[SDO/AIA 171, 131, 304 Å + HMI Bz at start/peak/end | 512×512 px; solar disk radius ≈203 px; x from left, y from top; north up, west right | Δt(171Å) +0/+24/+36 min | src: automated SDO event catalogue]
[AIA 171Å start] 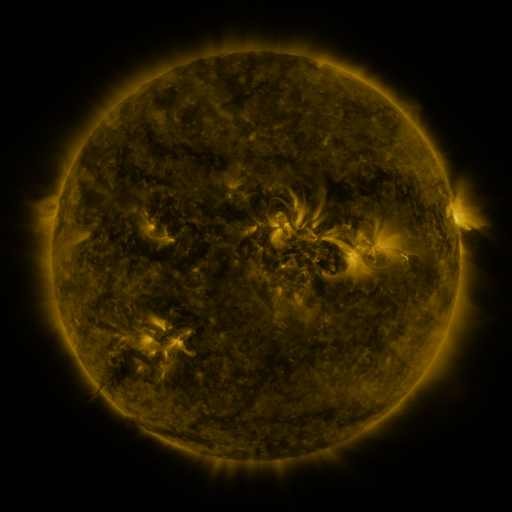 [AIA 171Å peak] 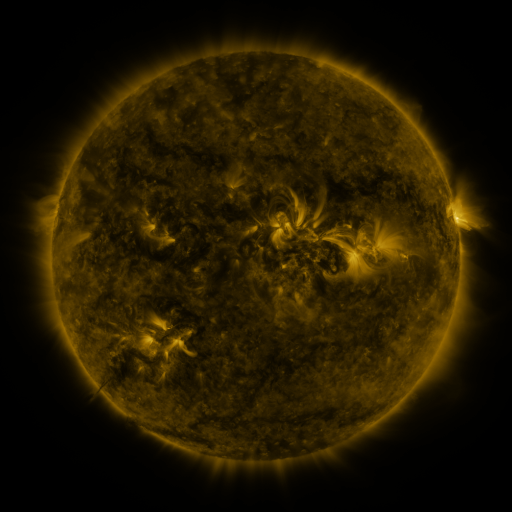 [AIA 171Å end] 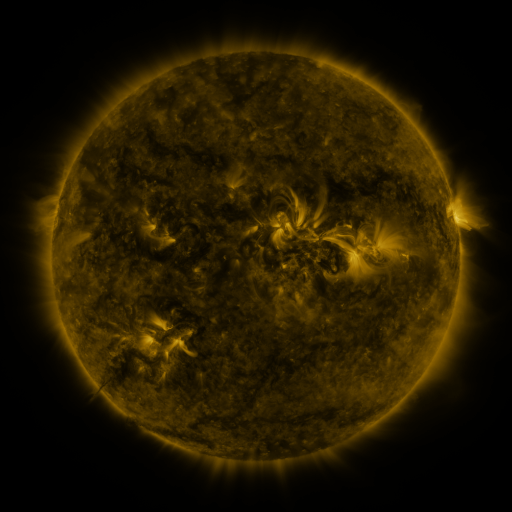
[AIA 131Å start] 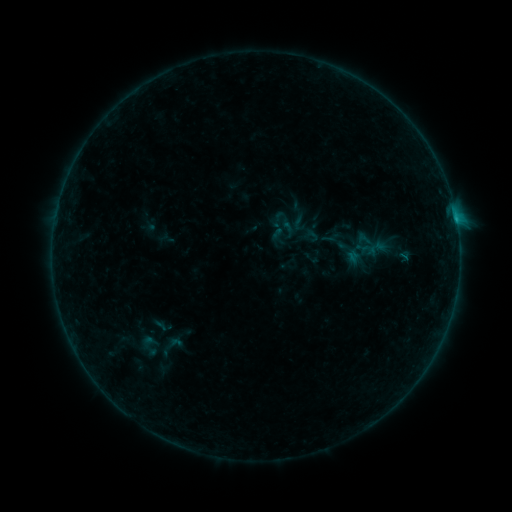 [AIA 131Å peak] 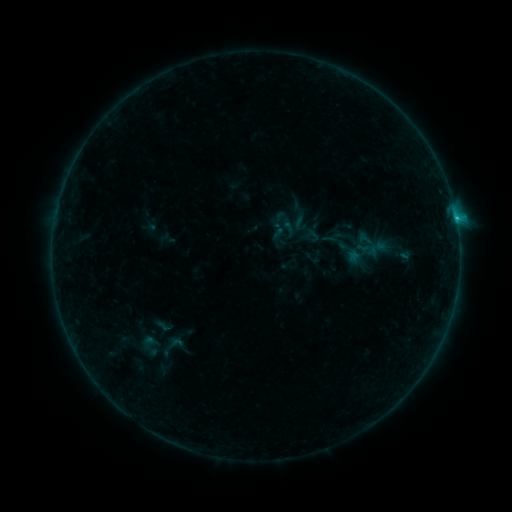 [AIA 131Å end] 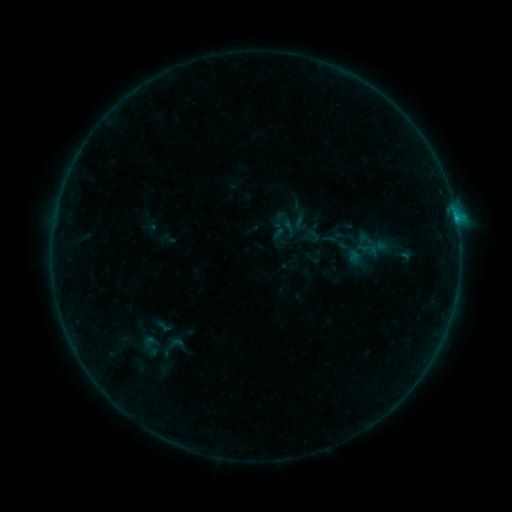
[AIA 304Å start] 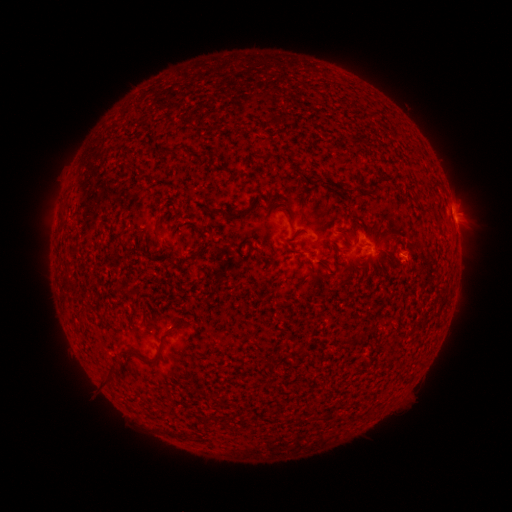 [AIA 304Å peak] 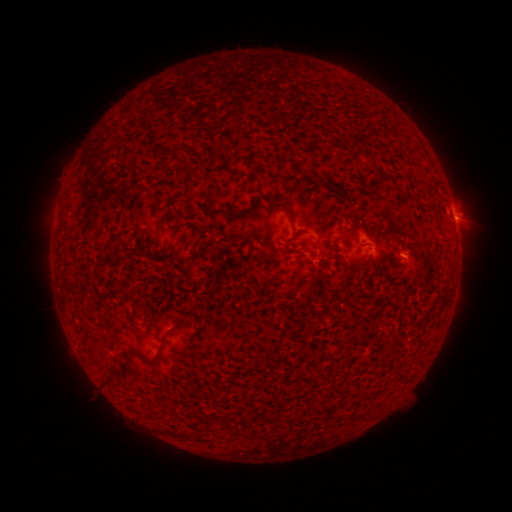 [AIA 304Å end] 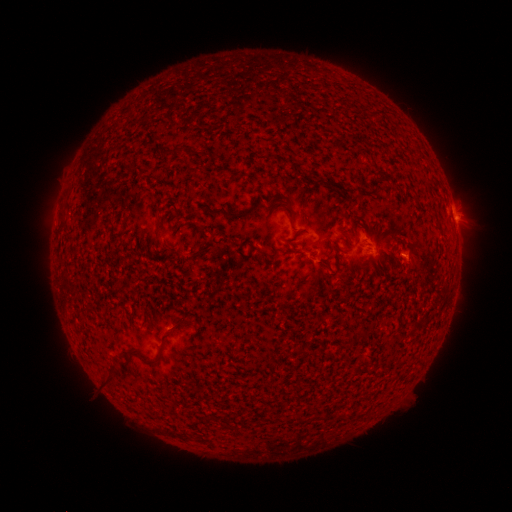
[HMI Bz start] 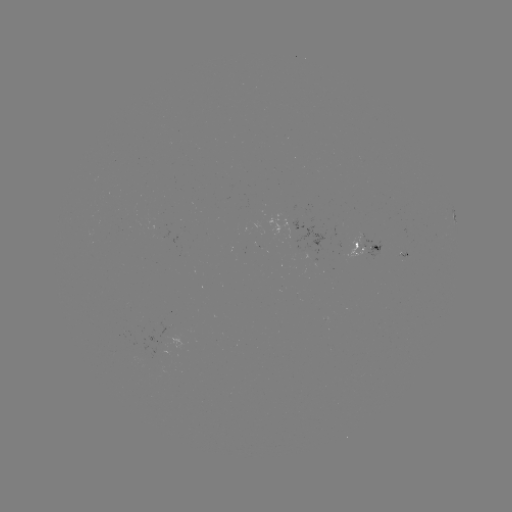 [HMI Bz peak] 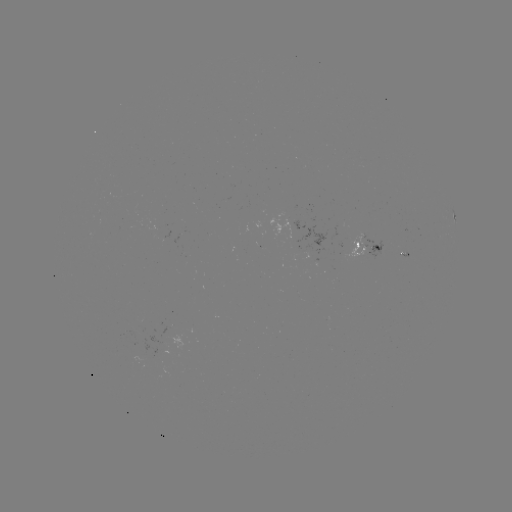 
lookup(B4.6 flare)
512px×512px (455, 221)